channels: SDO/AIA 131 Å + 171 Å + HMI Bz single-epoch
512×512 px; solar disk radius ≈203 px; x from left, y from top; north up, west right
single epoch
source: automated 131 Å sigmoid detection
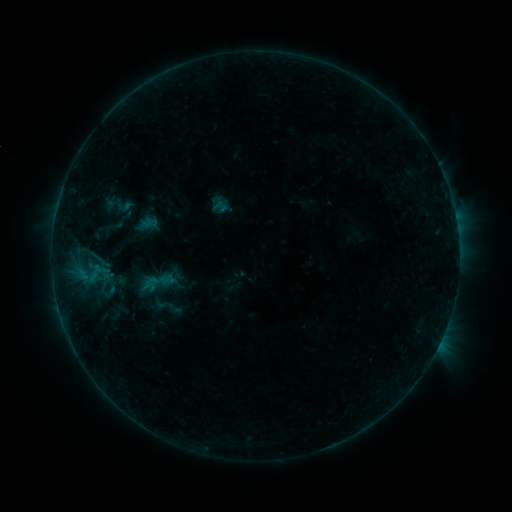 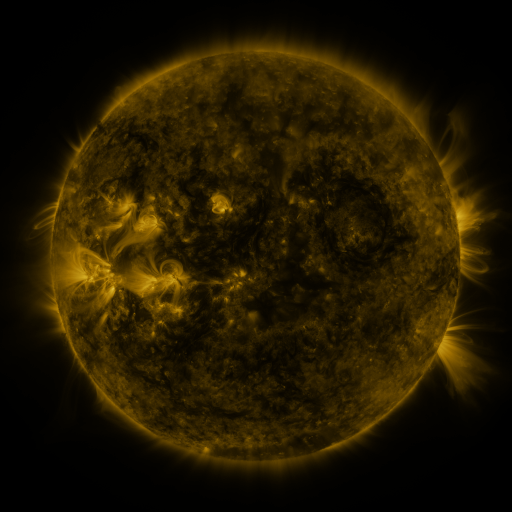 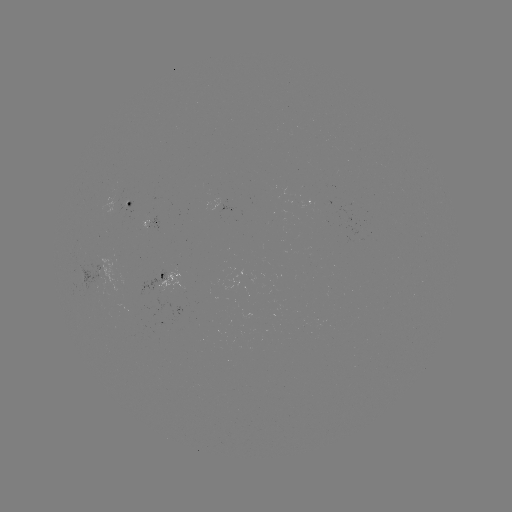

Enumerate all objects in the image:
sigmoid: (124, 205)
